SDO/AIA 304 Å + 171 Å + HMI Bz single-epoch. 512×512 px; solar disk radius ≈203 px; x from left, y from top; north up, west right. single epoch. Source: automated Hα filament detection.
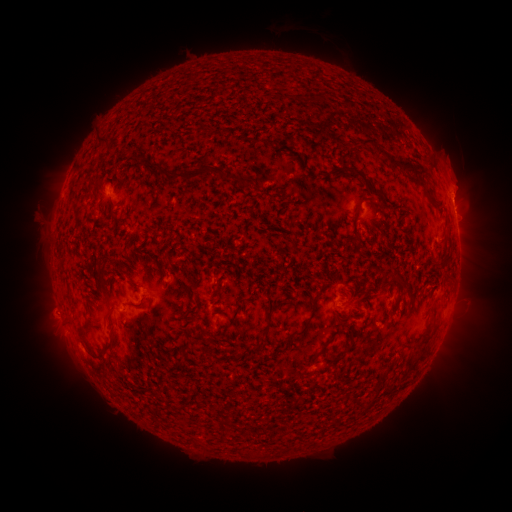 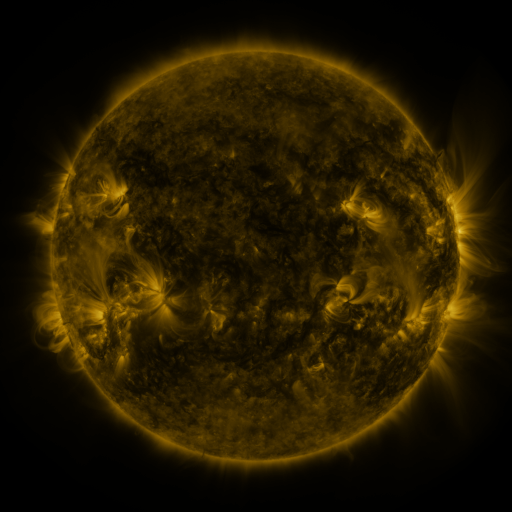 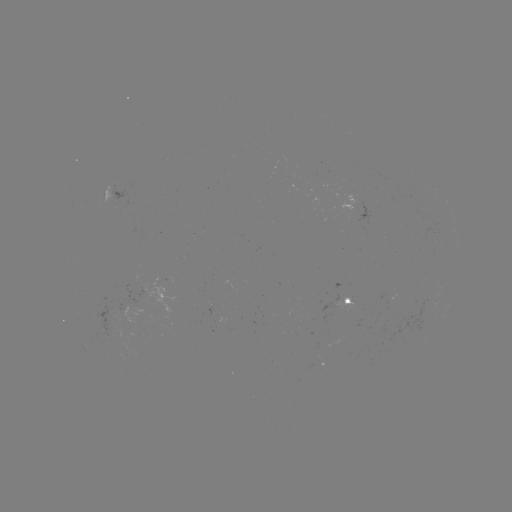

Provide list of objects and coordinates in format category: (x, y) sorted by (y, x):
filament: (317, 97)
filament: (299, 98)
filament: (101, 143)
filament: (391, 160)
filament: (353, 171)
filament: (190, 176)
filament: (375, 190)
filament: (437, 203)
filament: (444, 259)
filament: (164, 274)
filament: (448, 276)
filament: (406, 284)
filament: (359, 297)
filament: (278, 305)
filament: (238, 310)
filament: (110, 316)
filament: (308, 322)
filament: (86, 327)
filament: (266, 331)
filament: (187, 346)
filament: (110, 347)
filament: (423, 347)
filament: (348, 349)
filament: (322, 350)
filament: (90, 352)
filament: (376, 396)
filament: (183, 407)
